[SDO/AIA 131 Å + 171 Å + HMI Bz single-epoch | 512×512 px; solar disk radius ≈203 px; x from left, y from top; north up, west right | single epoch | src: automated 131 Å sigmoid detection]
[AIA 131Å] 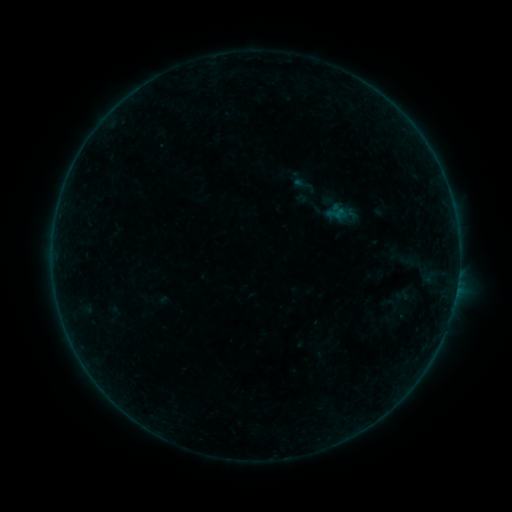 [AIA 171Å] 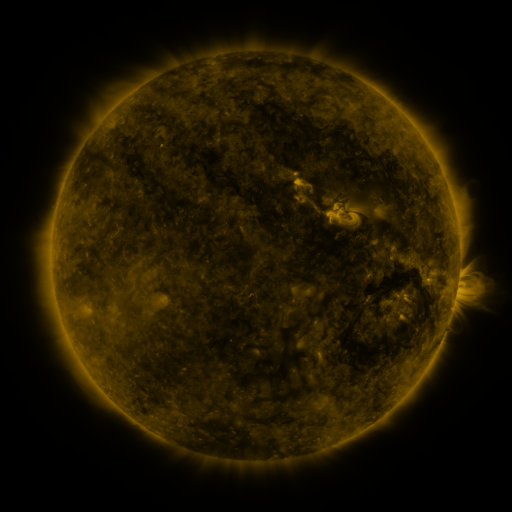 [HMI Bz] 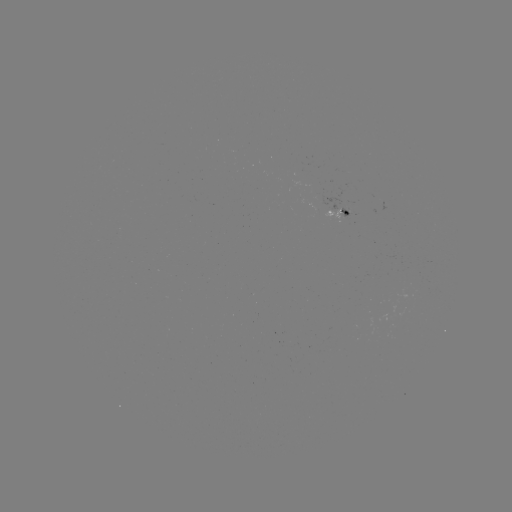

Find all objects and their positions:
sigmoid: (304, 185)
